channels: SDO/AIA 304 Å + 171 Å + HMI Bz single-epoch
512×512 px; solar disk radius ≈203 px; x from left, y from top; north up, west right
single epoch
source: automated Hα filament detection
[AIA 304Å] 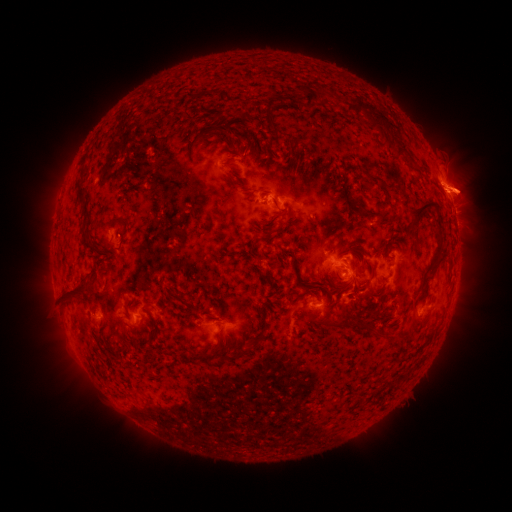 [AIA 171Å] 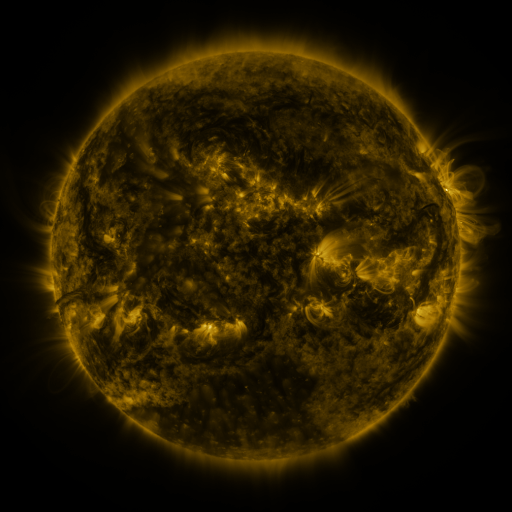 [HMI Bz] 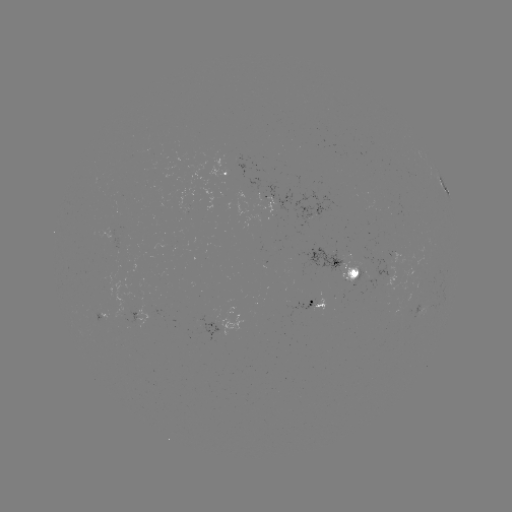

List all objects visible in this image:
filament: (312, 96)
filament: (375, 114)
filament: (208, 136)
filament: (403, 152)
filament: (84, 169)
filament: (376, 180)
filament: (81, 194)
filament: (424, 208)
filament: (278, 212)
filament: (377, 217)
filament: (117, 218)
filament: (84, 233)
filament: (267, 239)
filament: (438, 256)
filament: (297, 276)
filament: (367, 282)
filament: (321, 288)
filament: (74, 291)
filament: (185, 302)
filament: (147, 304)
filament: (332, 325)
filament: (362, 326)
filament: (264, 330)
filament: (254, 344)
filament: (241, 351)
filament: (216, 357)
